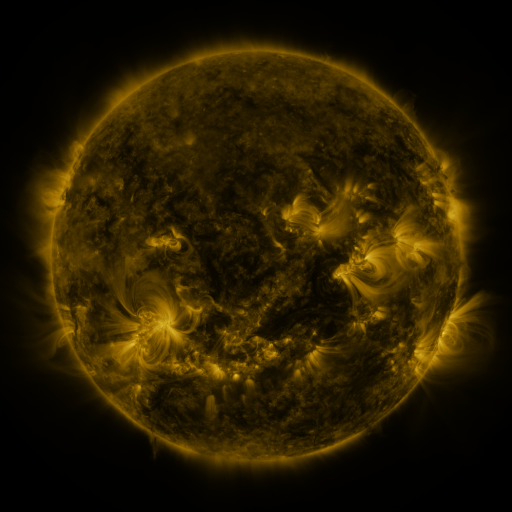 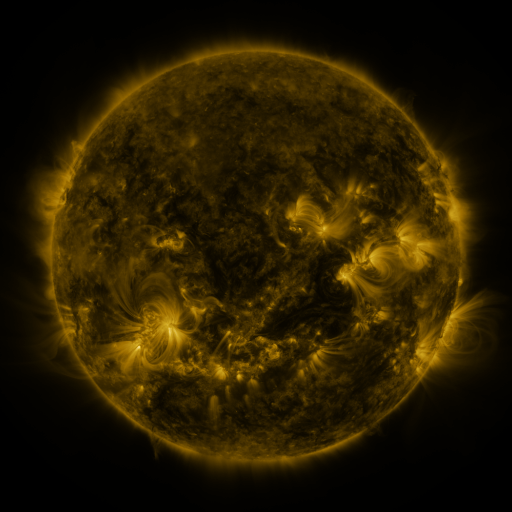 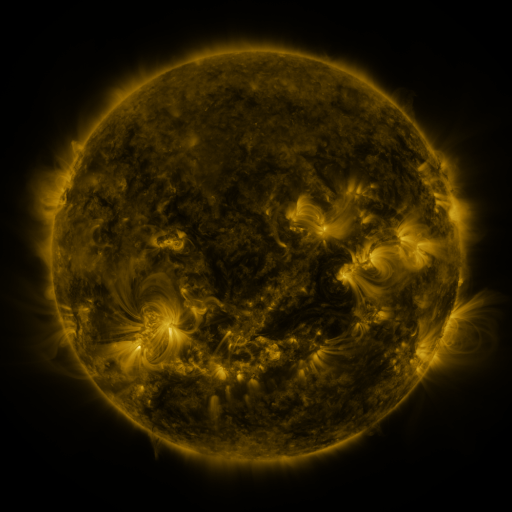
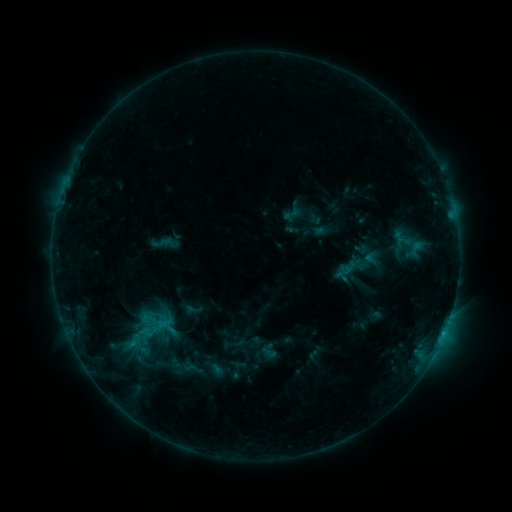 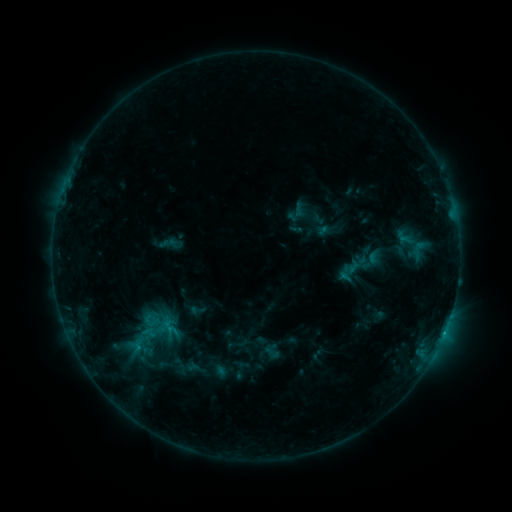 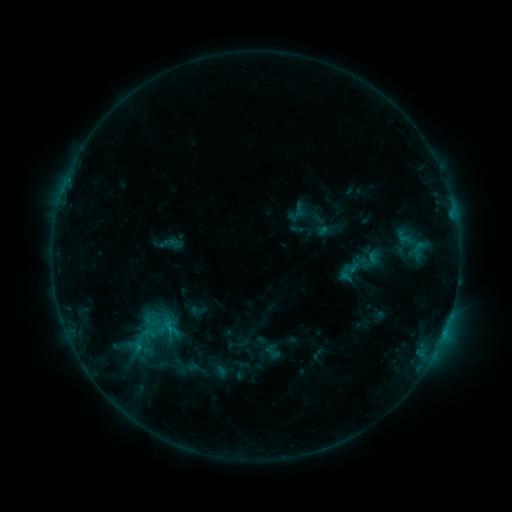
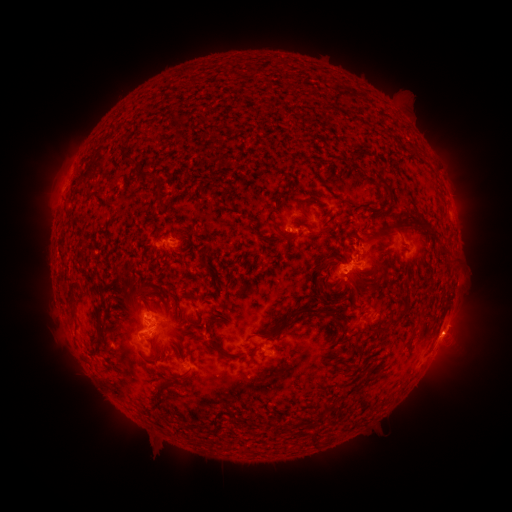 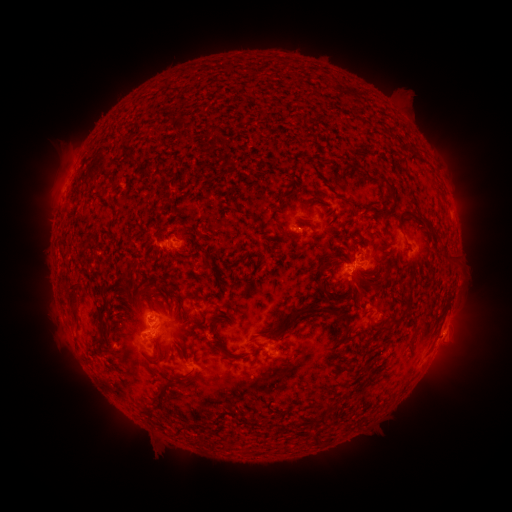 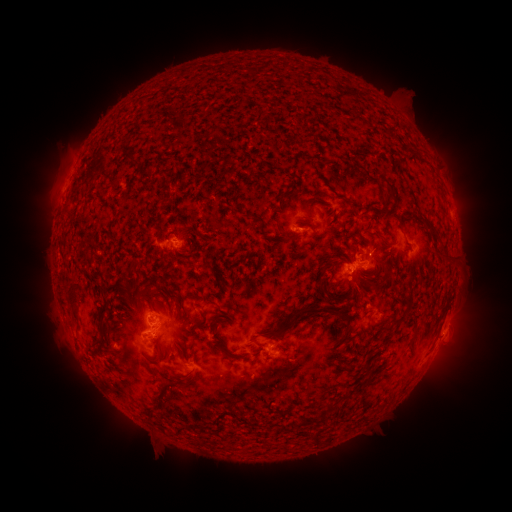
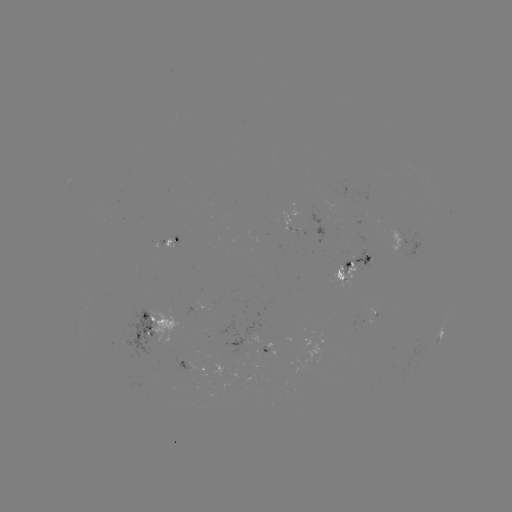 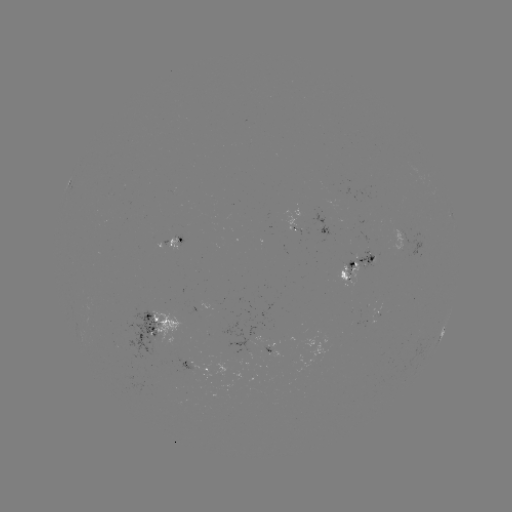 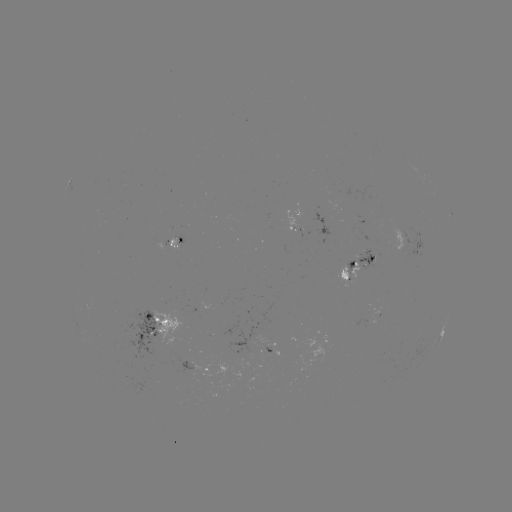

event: emerging-flux region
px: (173, 240)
